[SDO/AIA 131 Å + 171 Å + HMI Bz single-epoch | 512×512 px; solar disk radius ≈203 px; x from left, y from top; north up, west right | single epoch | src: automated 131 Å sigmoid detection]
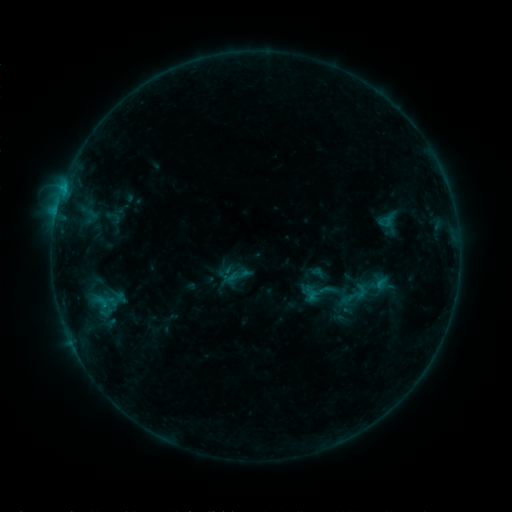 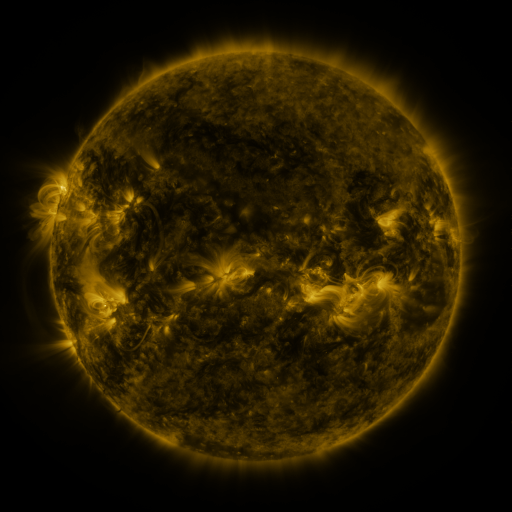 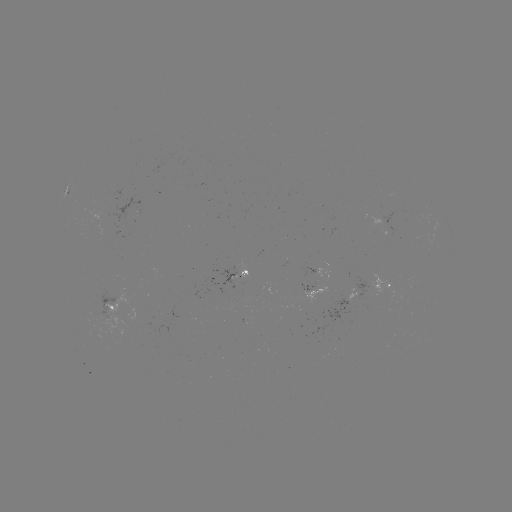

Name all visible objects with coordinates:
sigmoid: <bbox>105, 209, 122, 226</bbox>
sigmoid: <bbox>340, 279, 371, 310</bbox>
